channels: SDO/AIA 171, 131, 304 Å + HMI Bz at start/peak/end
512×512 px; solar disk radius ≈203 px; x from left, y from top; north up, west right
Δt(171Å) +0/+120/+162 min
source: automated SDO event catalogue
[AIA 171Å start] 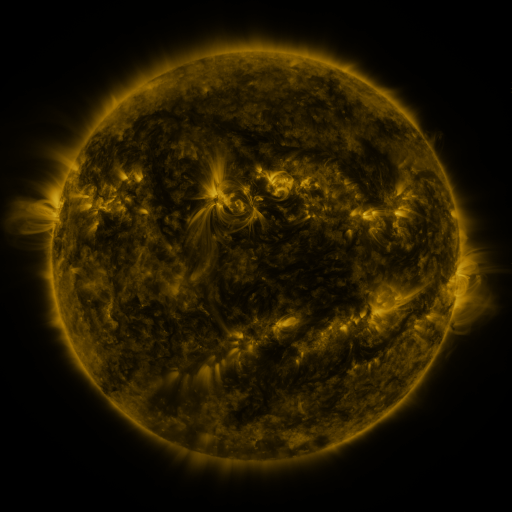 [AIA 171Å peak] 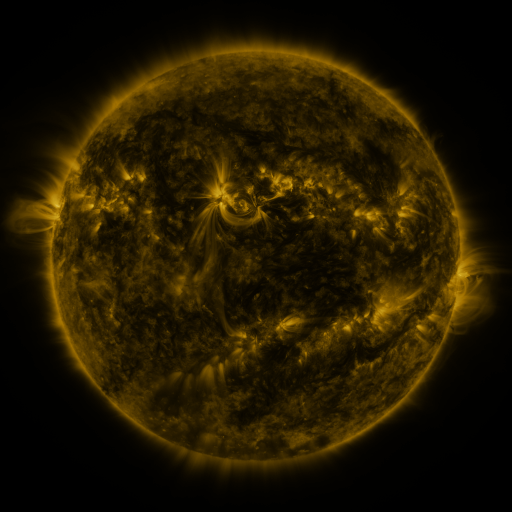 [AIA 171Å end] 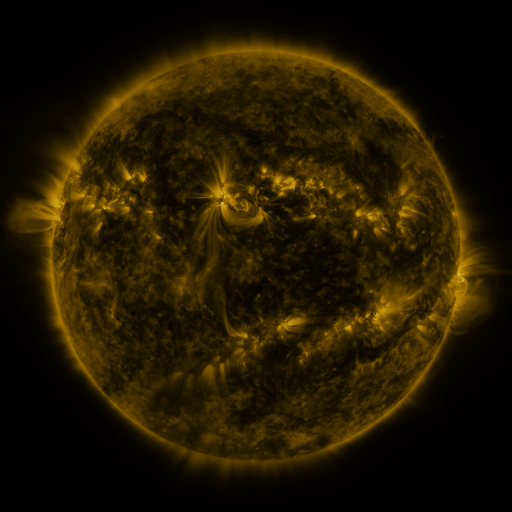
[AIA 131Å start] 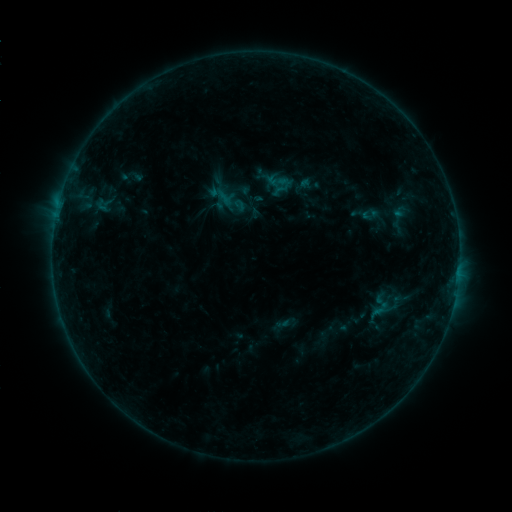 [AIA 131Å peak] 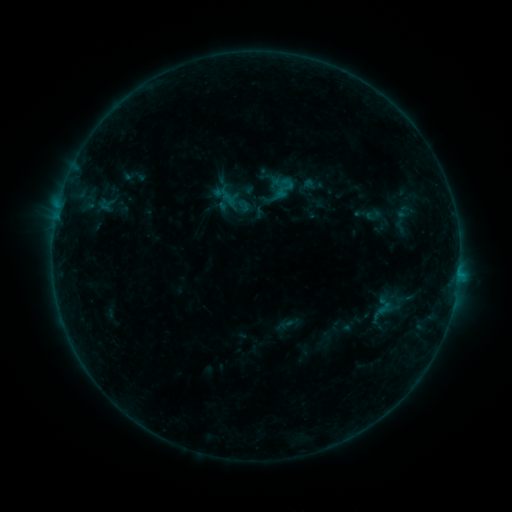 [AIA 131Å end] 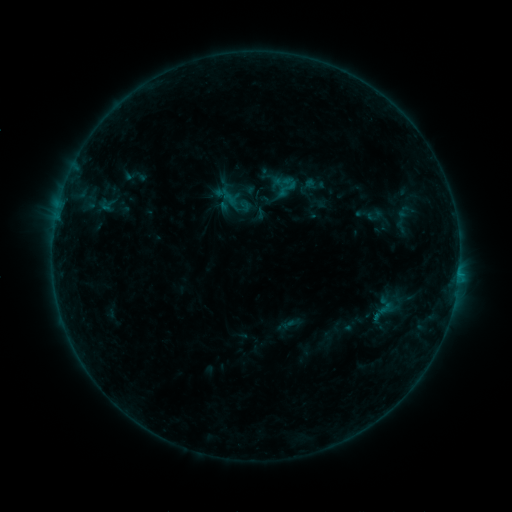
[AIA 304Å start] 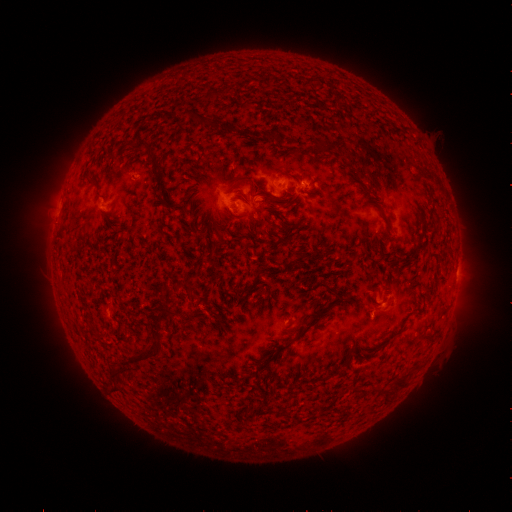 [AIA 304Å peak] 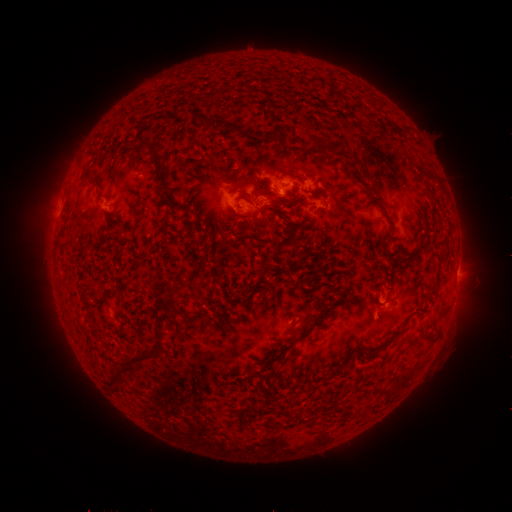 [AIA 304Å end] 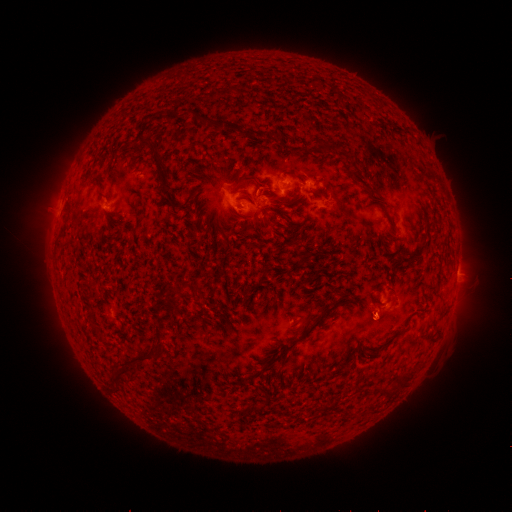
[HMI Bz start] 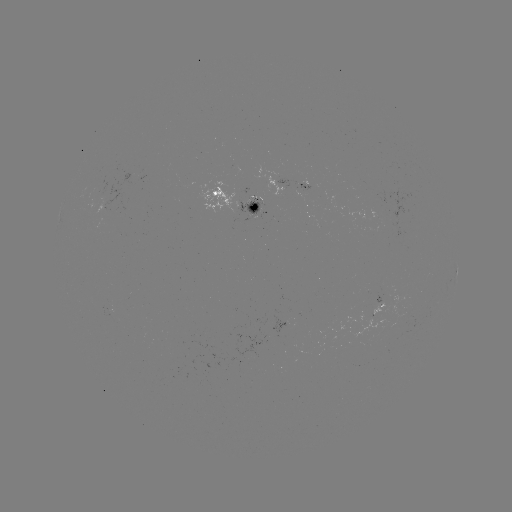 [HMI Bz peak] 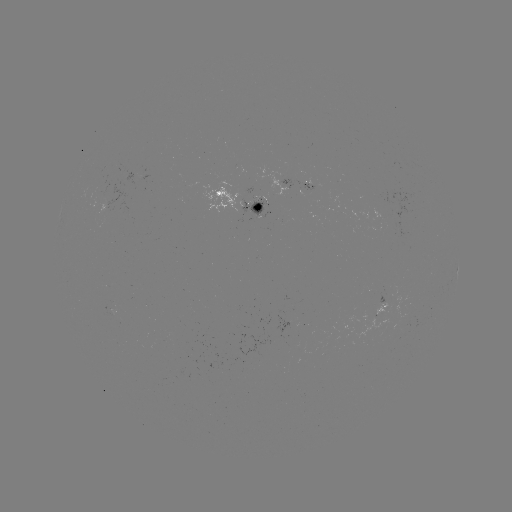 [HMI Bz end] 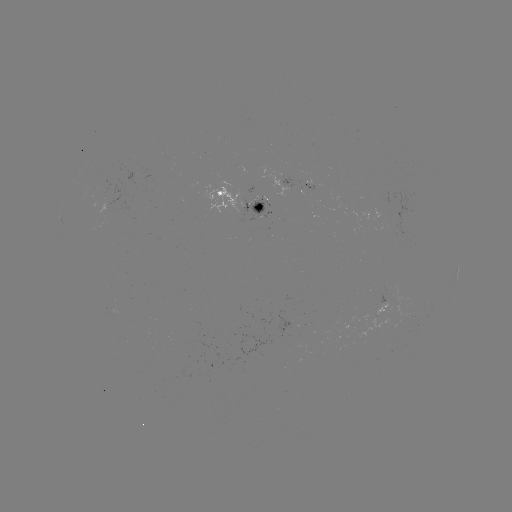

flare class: B7.4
